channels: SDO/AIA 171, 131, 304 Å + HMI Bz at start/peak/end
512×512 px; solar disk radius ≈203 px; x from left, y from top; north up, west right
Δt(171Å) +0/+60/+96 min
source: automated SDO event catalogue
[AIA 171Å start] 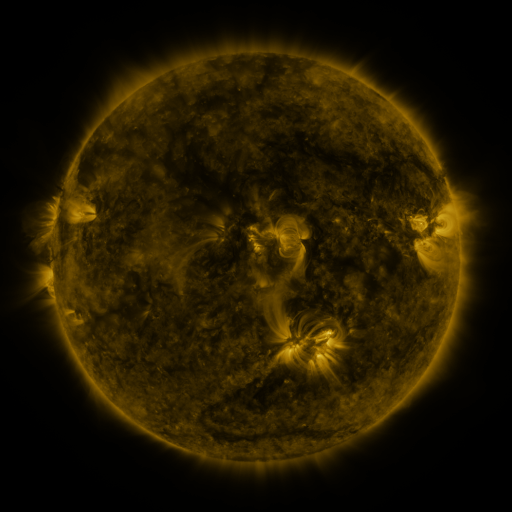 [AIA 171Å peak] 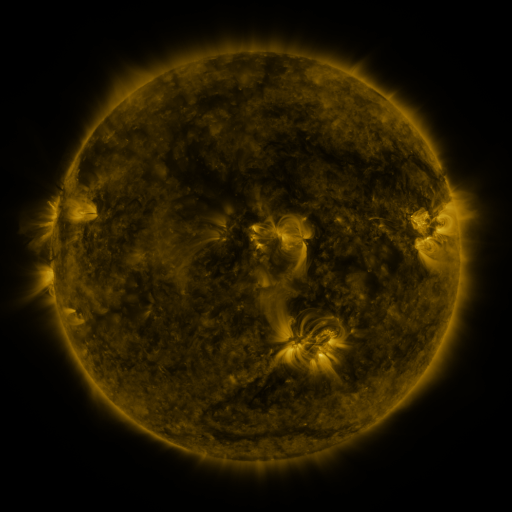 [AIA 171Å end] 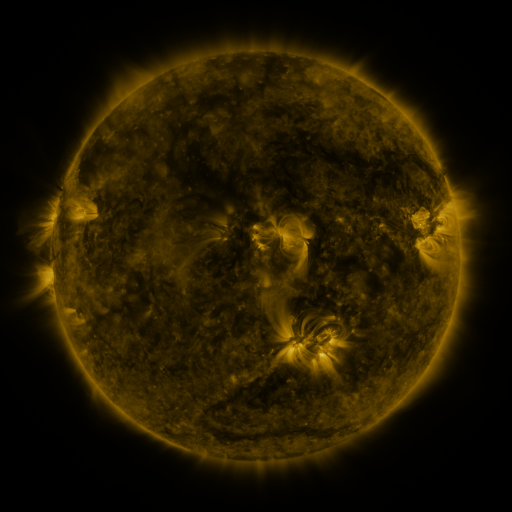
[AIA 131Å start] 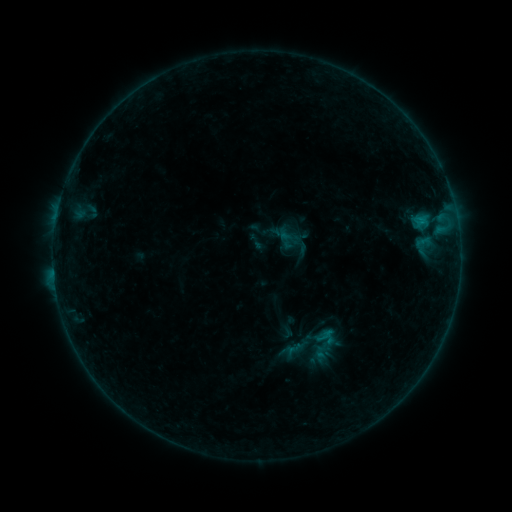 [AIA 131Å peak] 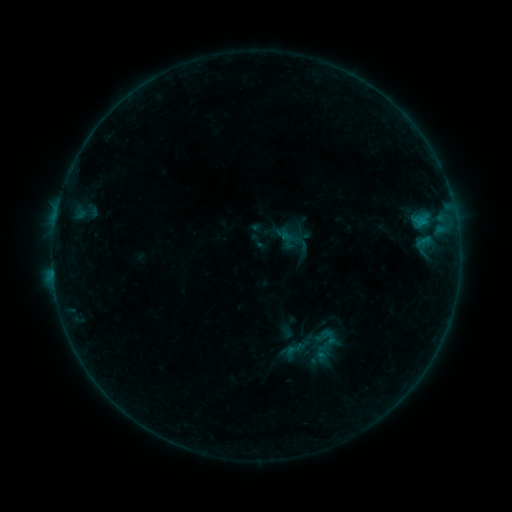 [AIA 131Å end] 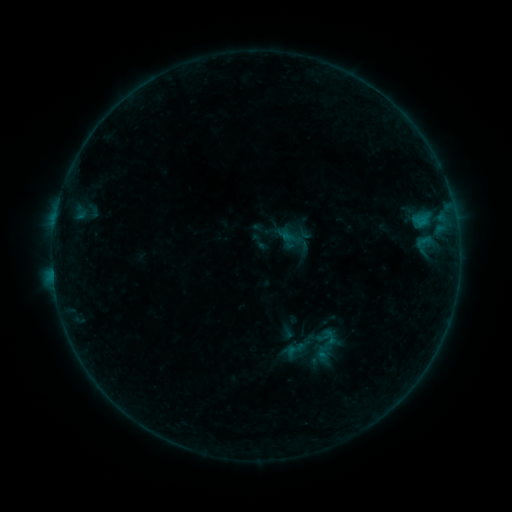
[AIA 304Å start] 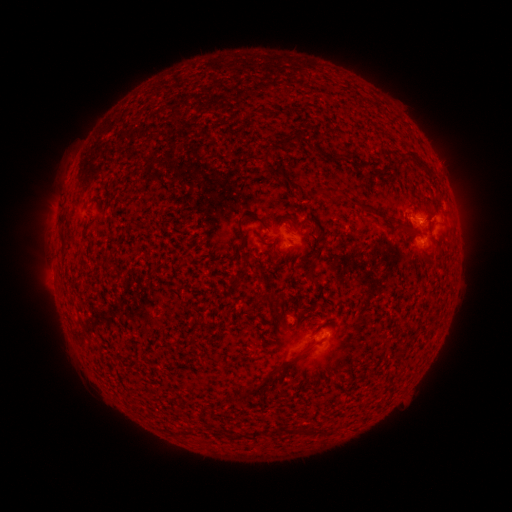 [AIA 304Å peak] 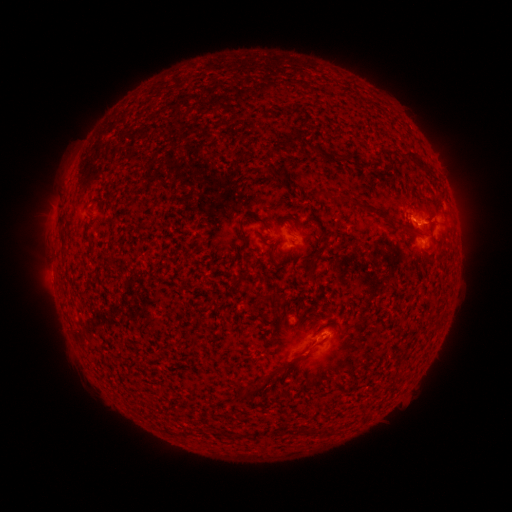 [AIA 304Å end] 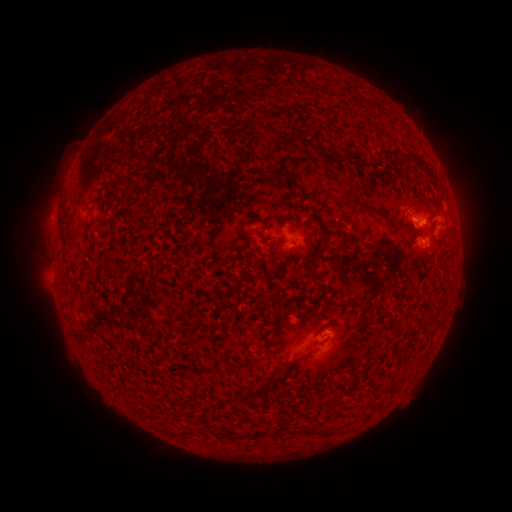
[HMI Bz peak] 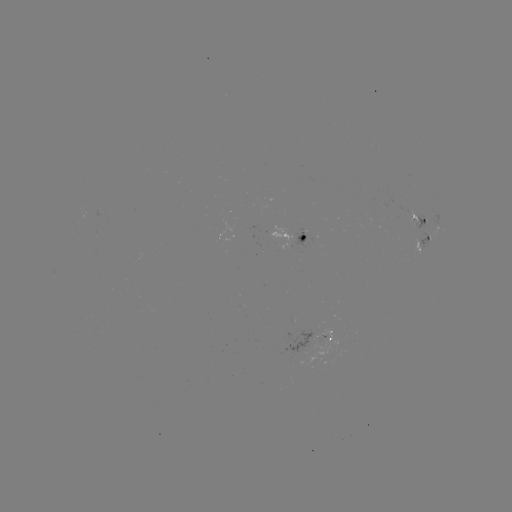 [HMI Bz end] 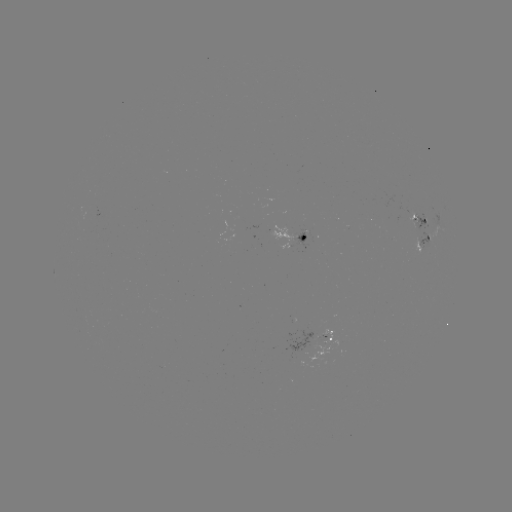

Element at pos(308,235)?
emerging-flux region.